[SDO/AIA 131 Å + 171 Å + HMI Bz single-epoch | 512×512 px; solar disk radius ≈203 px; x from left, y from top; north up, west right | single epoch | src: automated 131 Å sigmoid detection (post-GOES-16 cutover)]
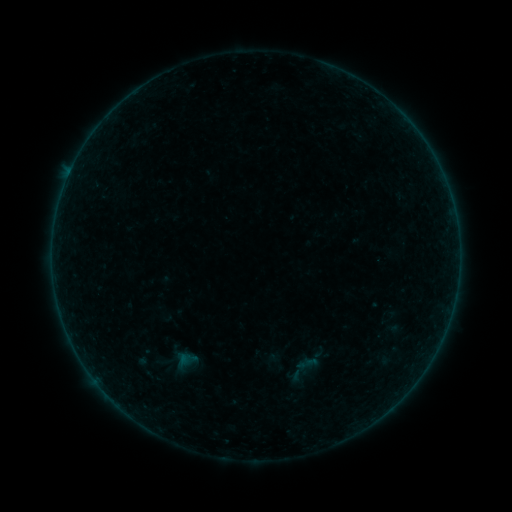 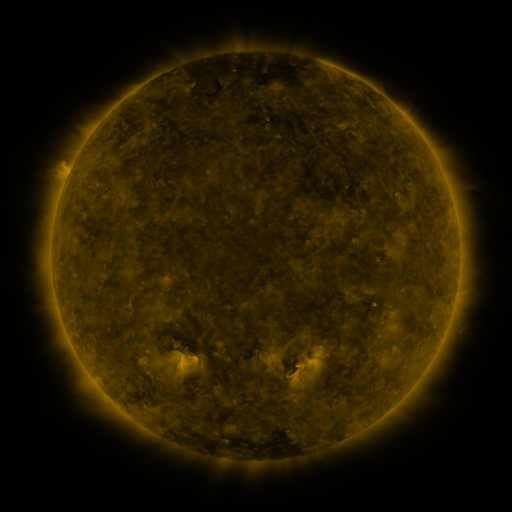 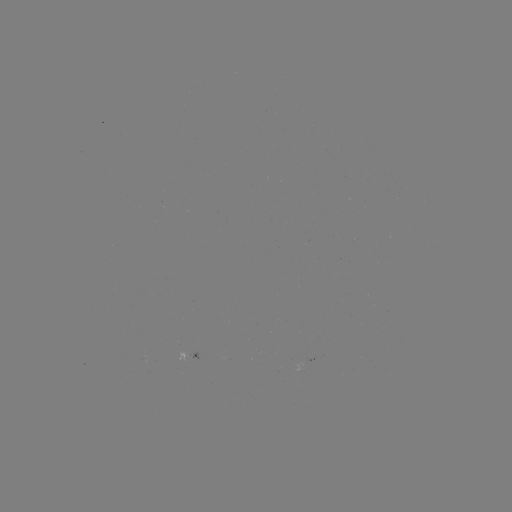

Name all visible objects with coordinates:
sigmoid: (301, 369)
